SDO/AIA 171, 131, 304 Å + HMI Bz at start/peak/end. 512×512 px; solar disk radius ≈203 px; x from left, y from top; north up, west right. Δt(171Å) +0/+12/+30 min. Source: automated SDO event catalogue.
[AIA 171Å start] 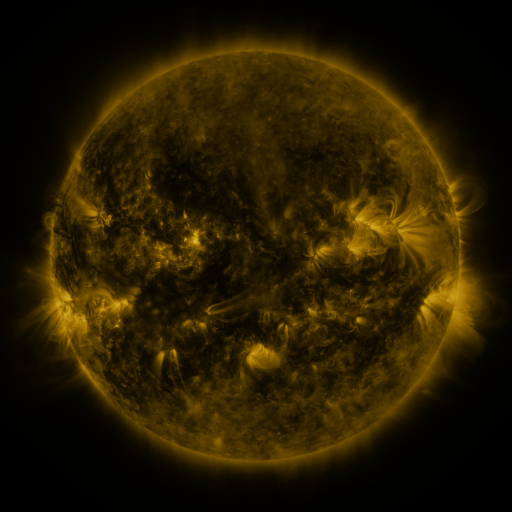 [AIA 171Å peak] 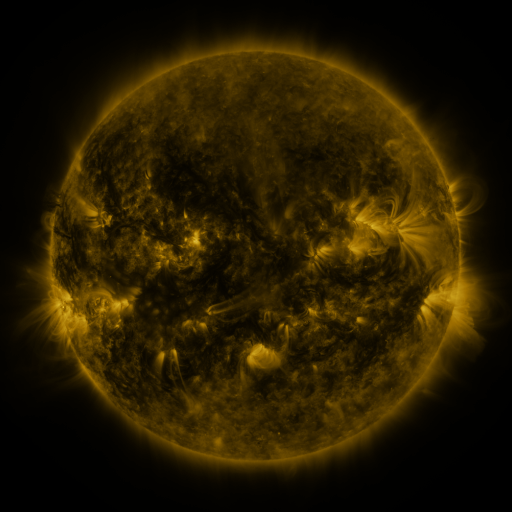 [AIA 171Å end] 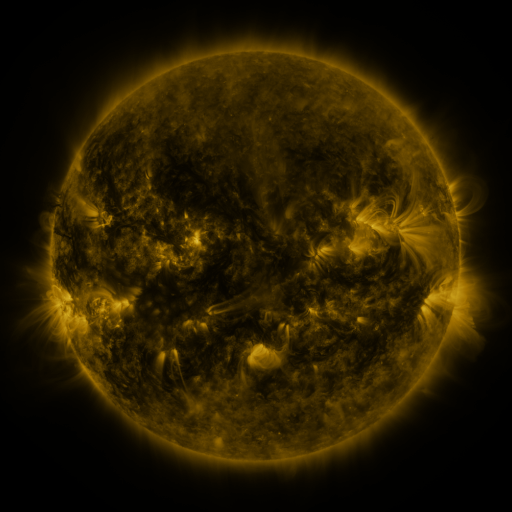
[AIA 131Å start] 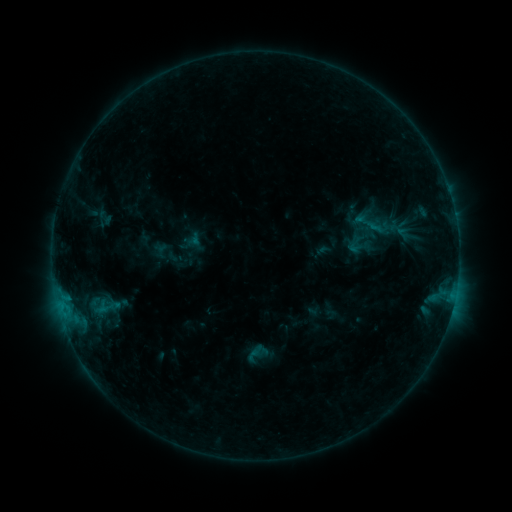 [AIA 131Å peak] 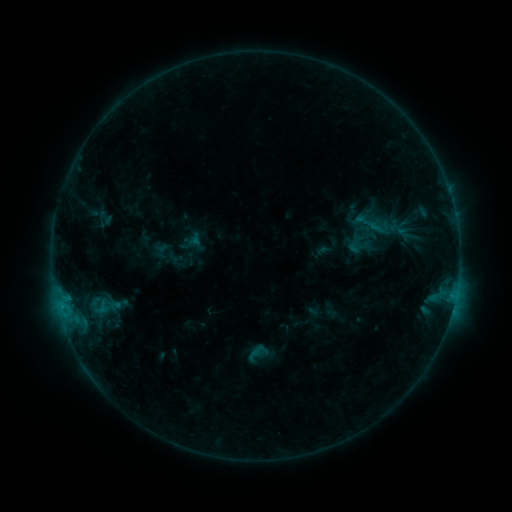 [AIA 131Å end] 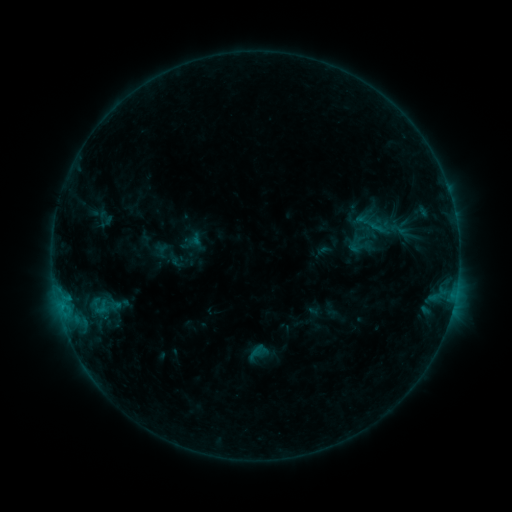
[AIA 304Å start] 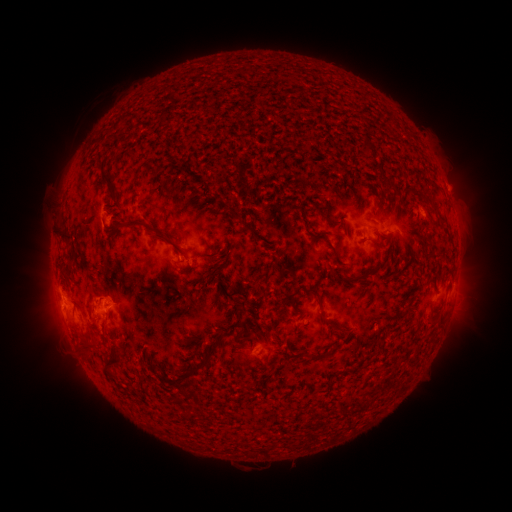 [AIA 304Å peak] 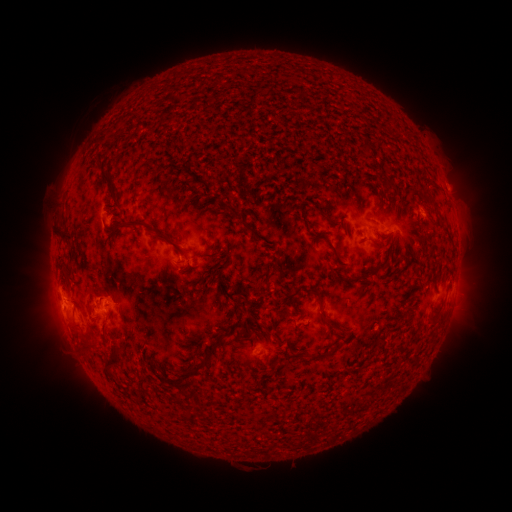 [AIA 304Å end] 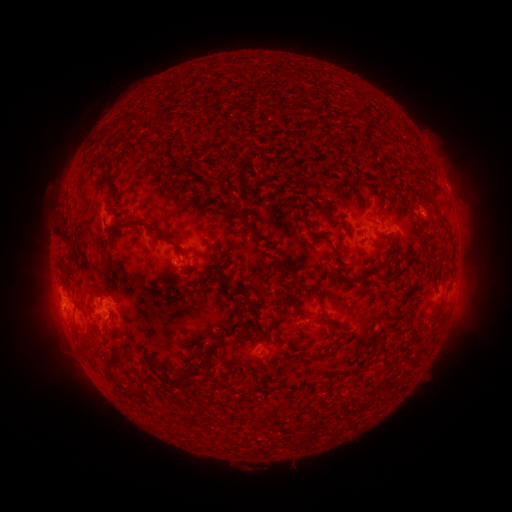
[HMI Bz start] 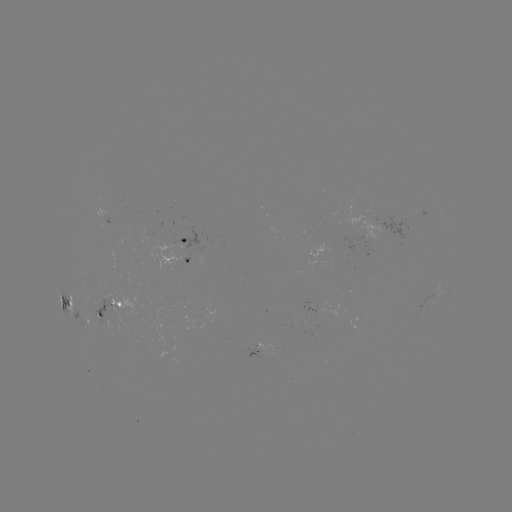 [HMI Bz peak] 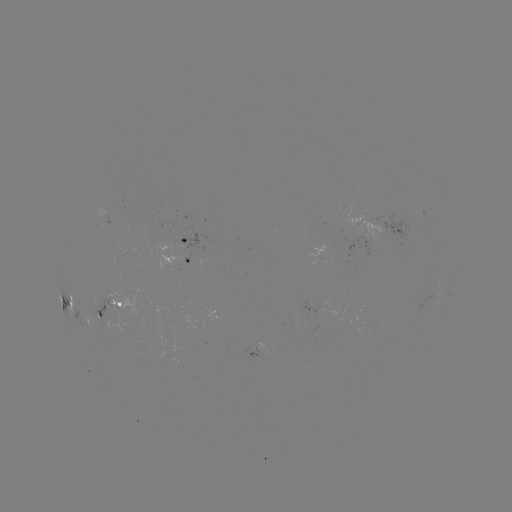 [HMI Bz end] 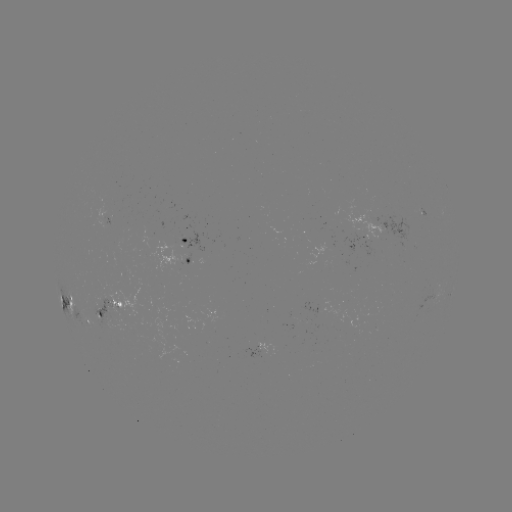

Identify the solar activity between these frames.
nothing was catalogued: no classed flare, no EUV trigger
